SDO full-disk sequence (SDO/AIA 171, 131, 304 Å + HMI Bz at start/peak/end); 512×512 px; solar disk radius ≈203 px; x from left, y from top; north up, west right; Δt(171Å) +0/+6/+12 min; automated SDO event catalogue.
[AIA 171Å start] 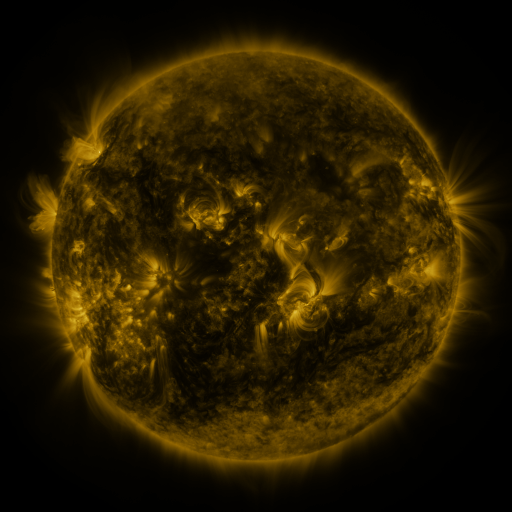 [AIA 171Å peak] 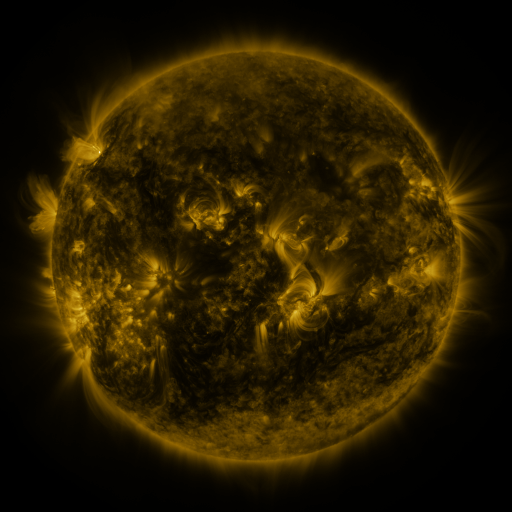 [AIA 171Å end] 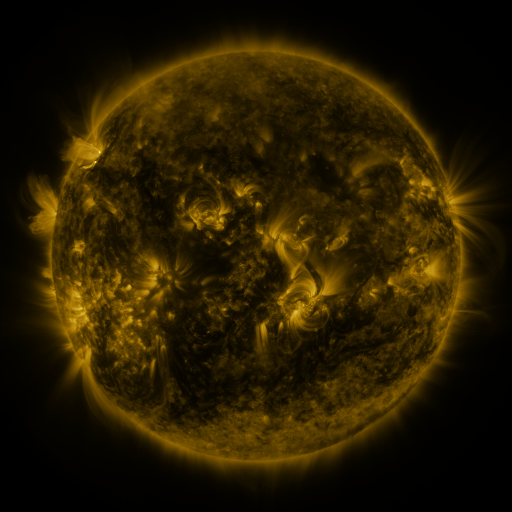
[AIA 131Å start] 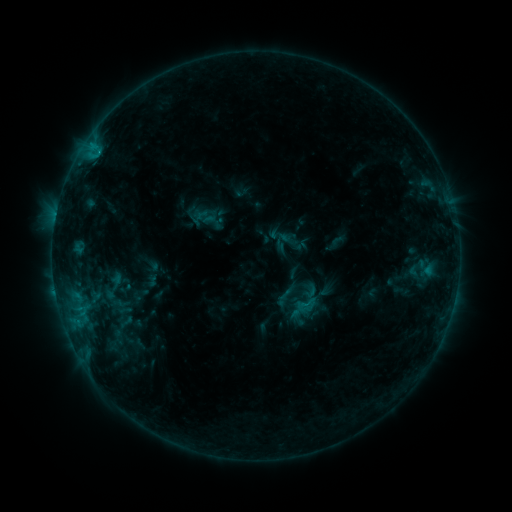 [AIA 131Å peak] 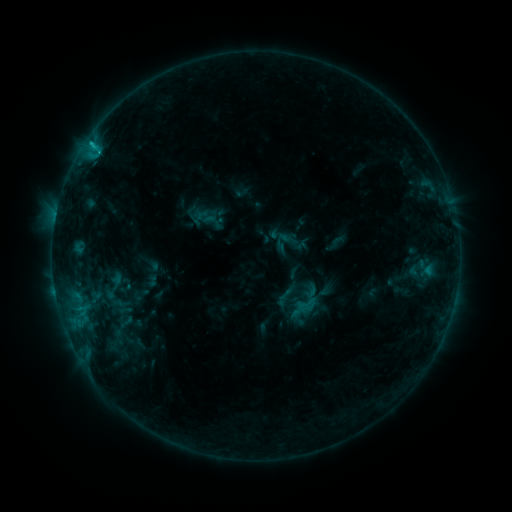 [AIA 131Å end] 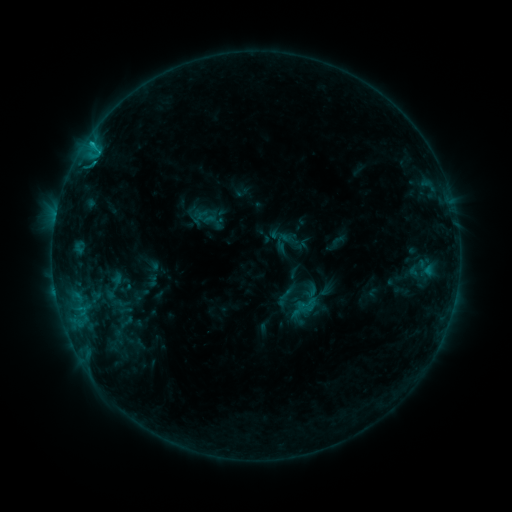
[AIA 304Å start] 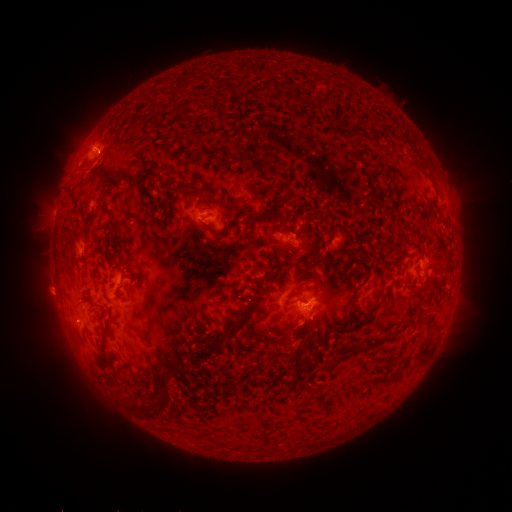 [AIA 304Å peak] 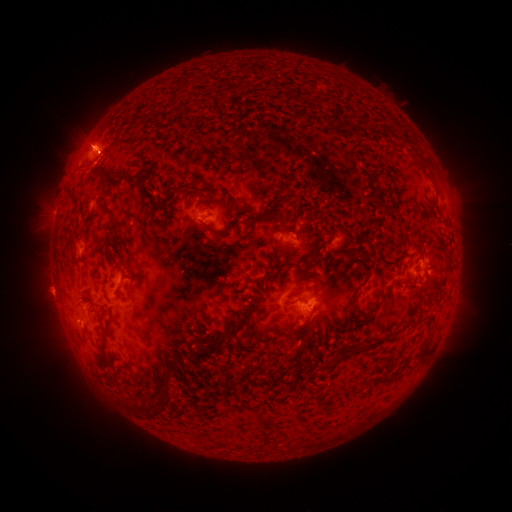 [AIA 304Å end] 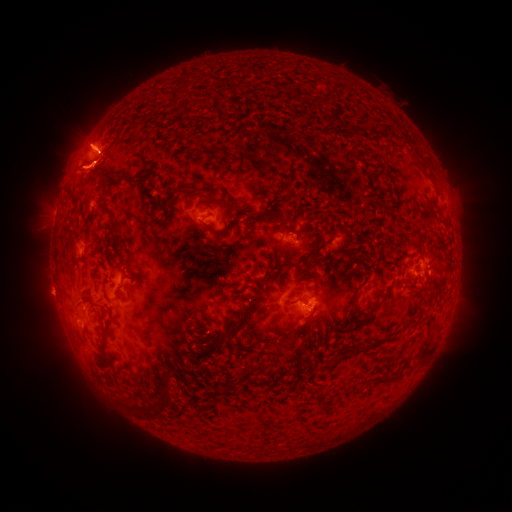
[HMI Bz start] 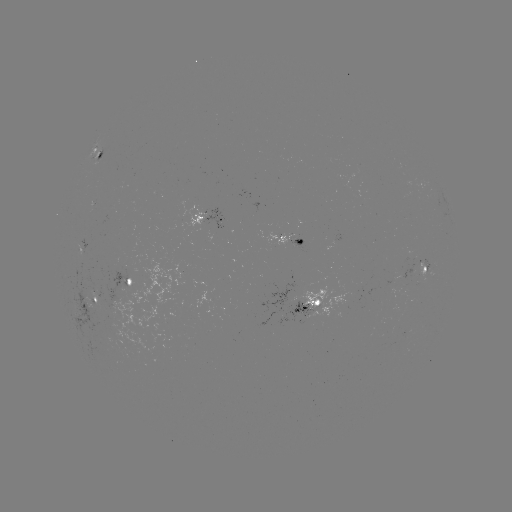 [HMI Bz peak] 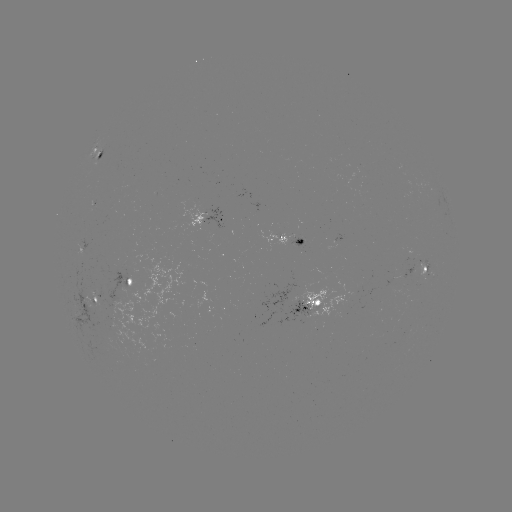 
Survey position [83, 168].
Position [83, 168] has eruption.